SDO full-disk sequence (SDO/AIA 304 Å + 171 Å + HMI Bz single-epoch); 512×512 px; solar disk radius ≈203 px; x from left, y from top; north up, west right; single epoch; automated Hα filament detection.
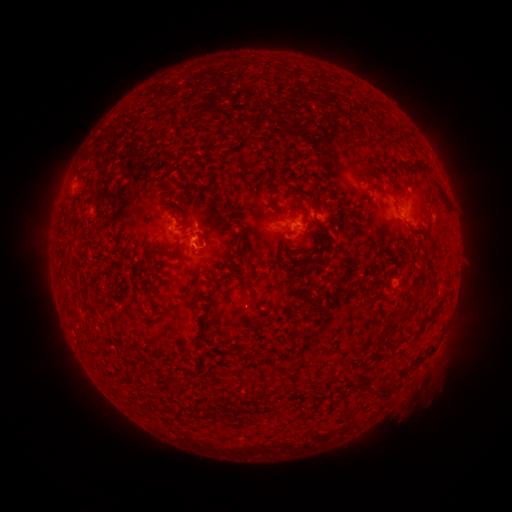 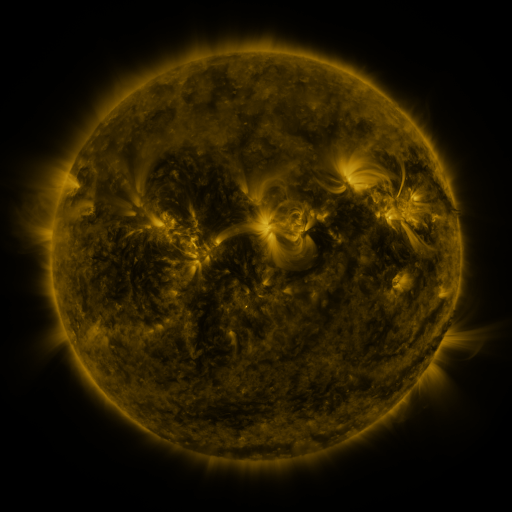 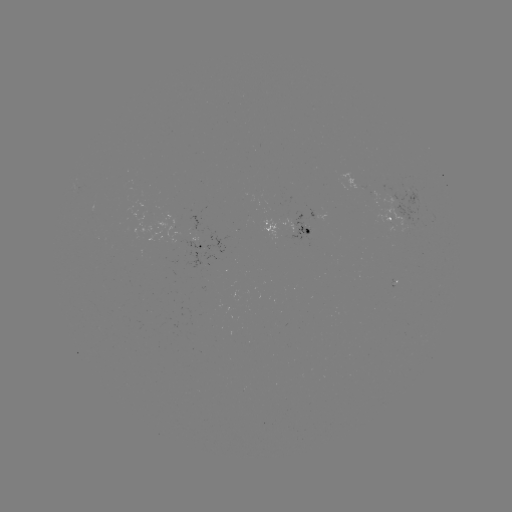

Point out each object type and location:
filament: (253, 157, 266, 168)
filament: (414, 161, 430, 173)
filament: (372, 185, 394, 198)
filament: (177, 218, 192, 228)
filament: (145, 251, 155, 265)
filament: (398, 308, 411, 318)
filament: (383, 323, 394, 330)
